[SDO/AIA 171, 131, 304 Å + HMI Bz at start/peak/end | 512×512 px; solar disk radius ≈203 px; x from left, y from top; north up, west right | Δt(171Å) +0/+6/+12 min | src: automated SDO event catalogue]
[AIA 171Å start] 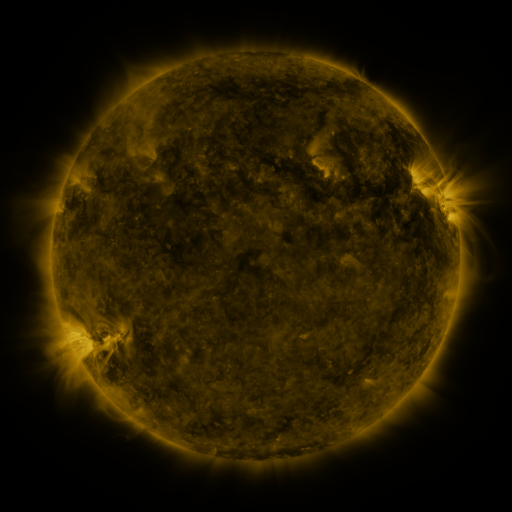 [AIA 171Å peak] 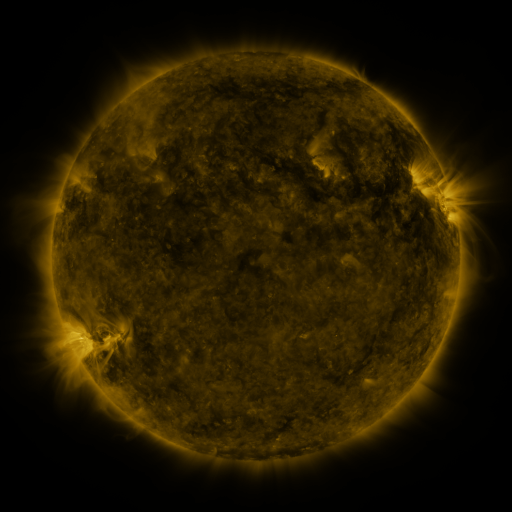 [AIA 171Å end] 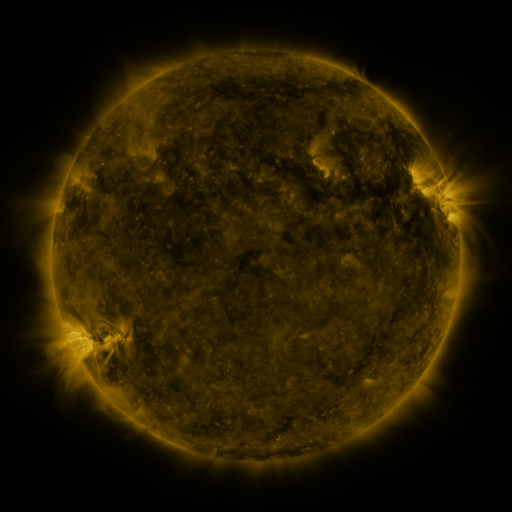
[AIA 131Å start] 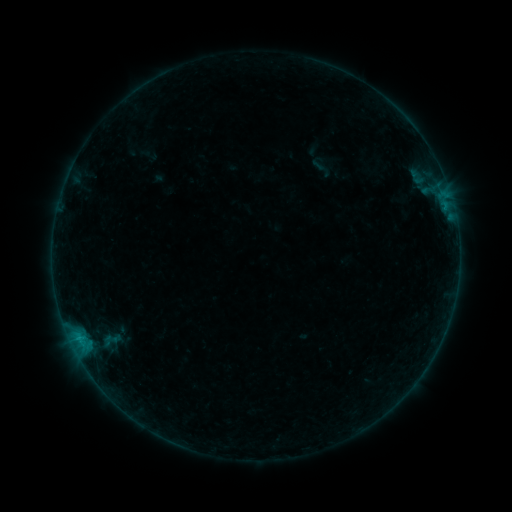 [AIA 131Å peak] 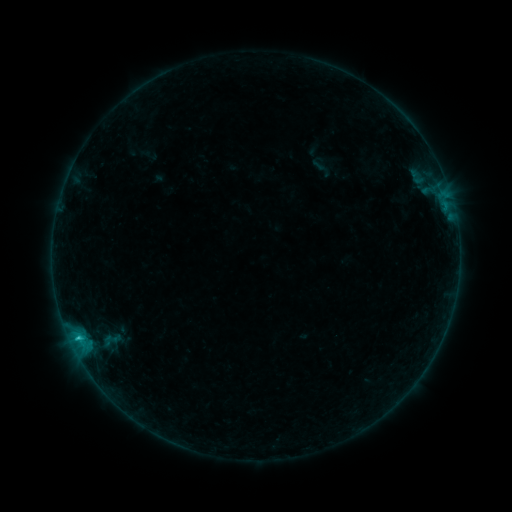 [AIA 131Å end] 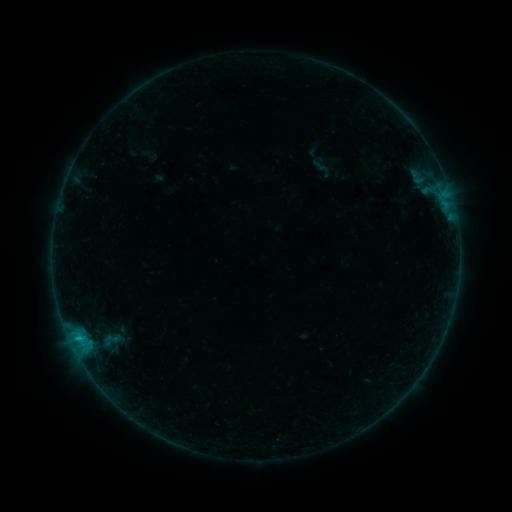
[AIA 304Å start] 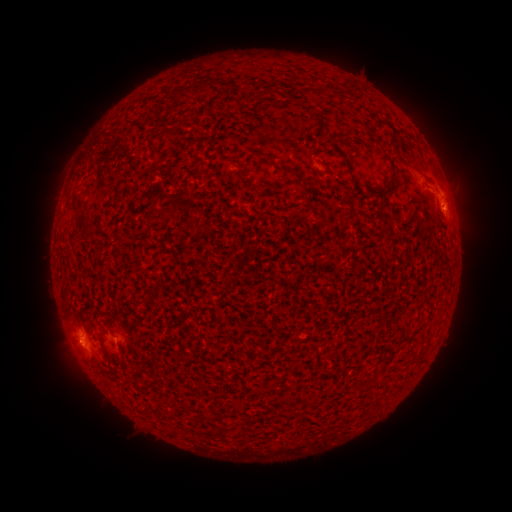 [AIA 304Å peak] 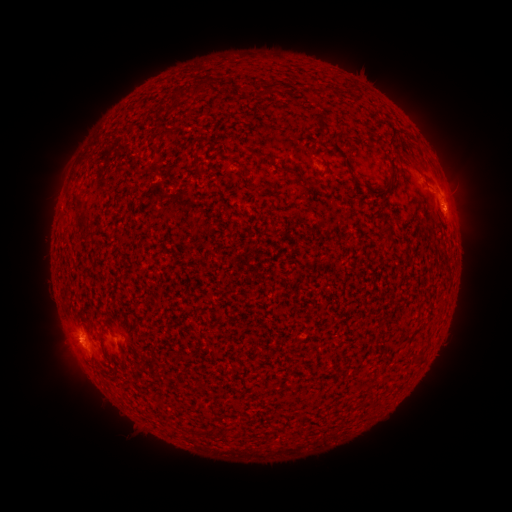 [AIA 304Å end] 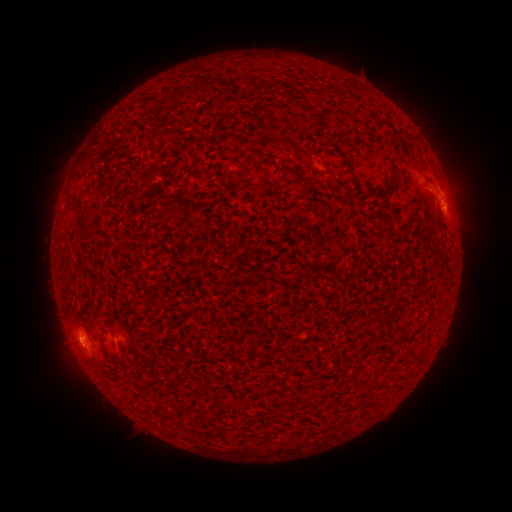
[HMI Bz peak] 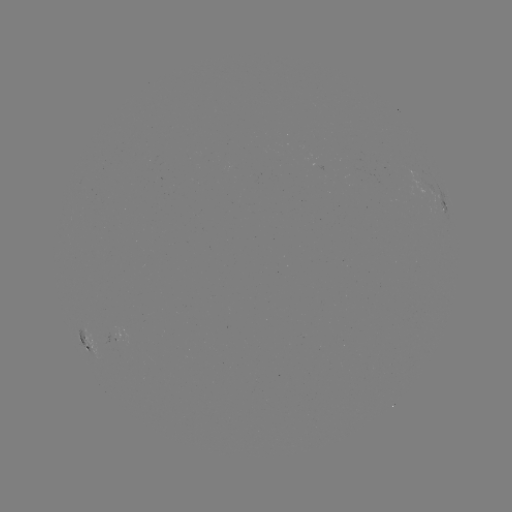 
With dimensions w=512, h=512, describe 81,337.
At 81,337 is B5.6 flare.